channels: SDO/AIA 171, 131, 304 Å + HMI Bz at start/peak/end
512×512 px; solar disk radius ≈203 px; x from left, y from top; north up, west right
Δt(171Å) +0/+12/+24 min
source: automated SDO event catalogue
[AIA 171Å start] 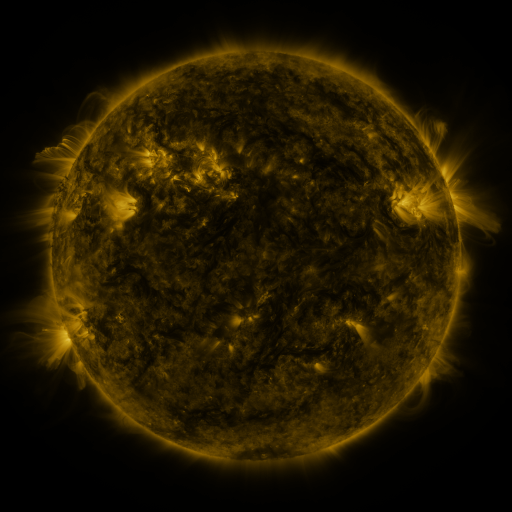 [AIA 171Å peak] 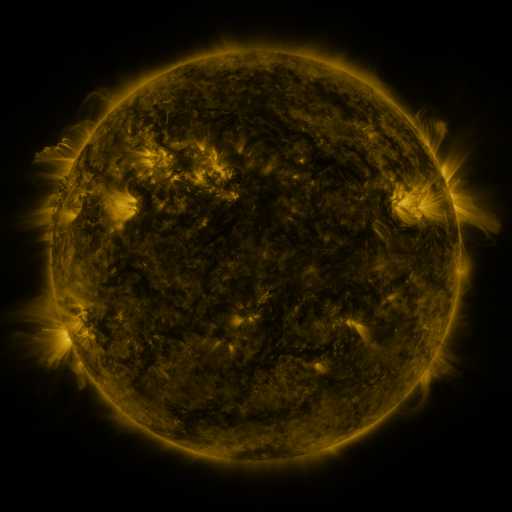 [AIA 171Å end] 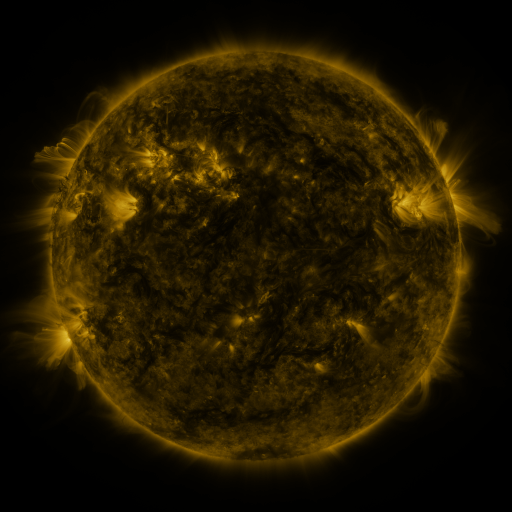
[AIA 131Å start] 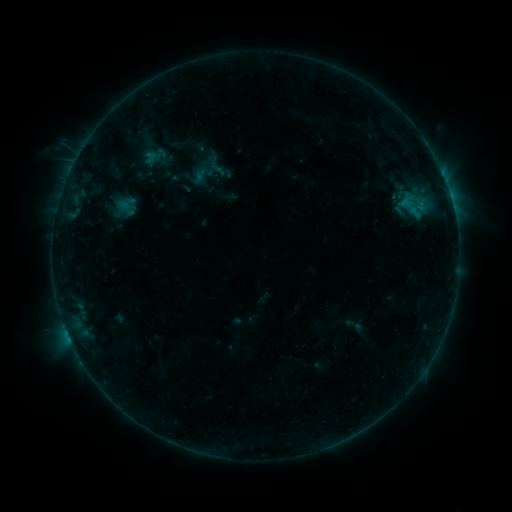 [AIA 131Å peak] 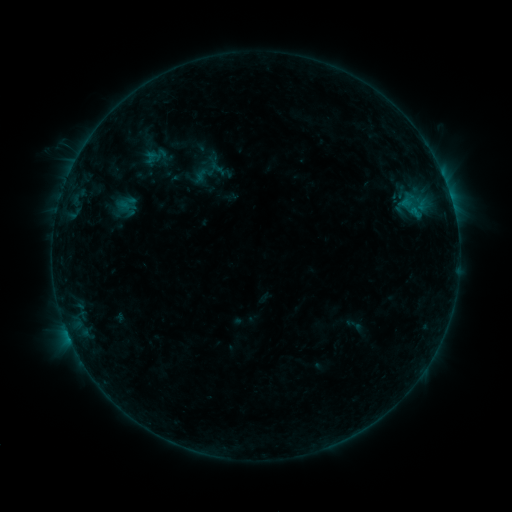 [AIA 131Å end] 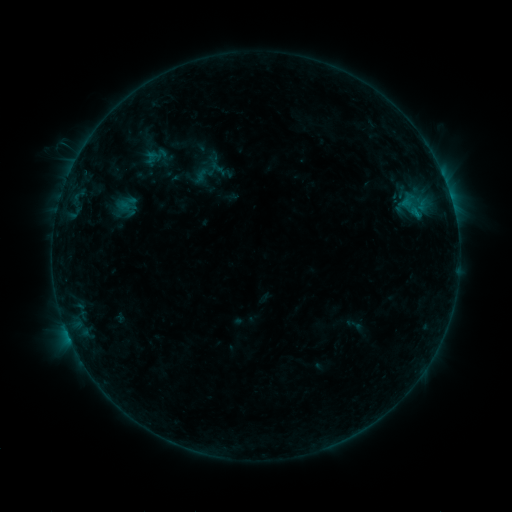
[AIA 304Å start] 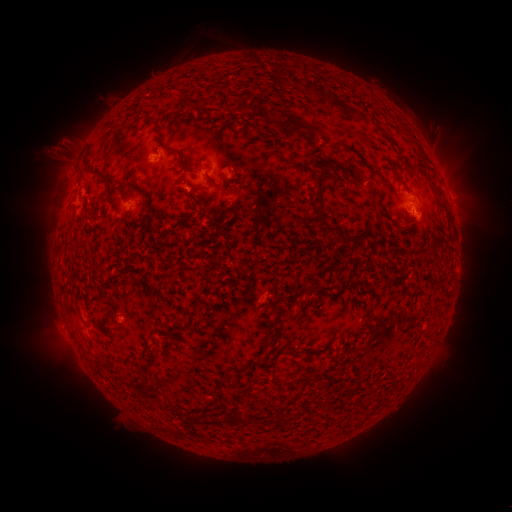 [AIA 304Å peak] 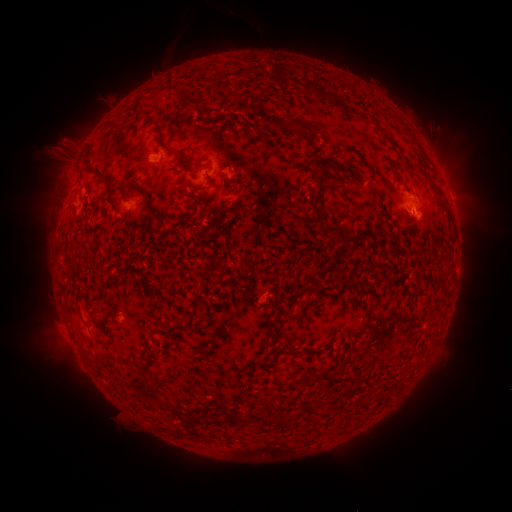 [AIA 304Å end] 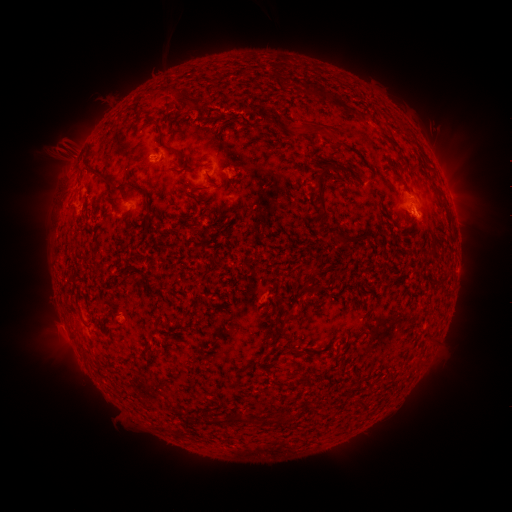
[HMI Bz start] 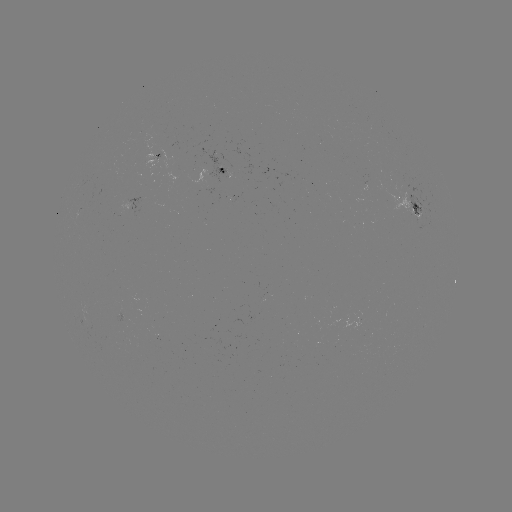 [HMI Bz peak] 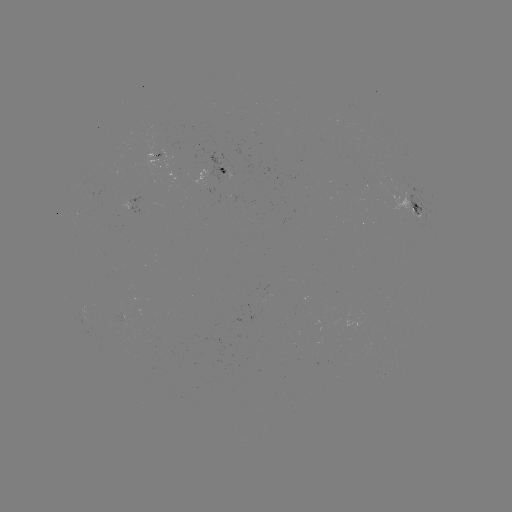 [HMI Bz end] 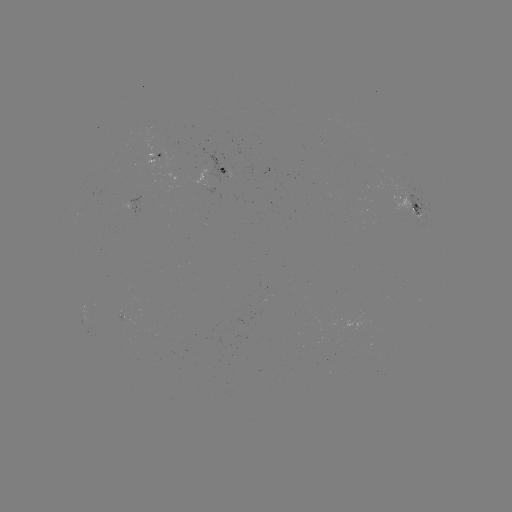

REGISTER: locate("eruption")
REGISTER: [294, 119]